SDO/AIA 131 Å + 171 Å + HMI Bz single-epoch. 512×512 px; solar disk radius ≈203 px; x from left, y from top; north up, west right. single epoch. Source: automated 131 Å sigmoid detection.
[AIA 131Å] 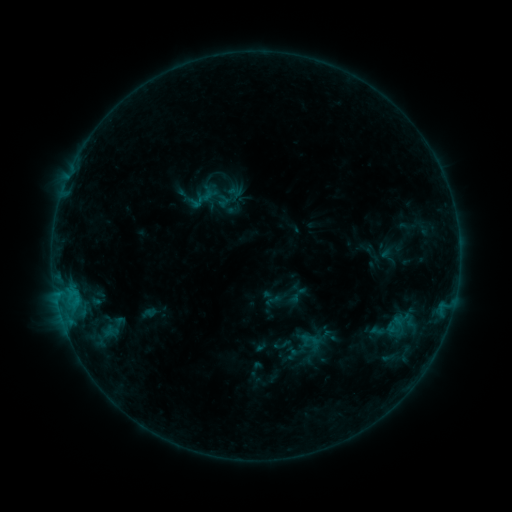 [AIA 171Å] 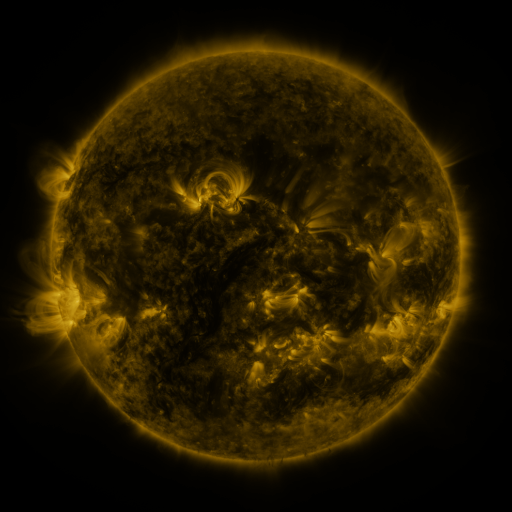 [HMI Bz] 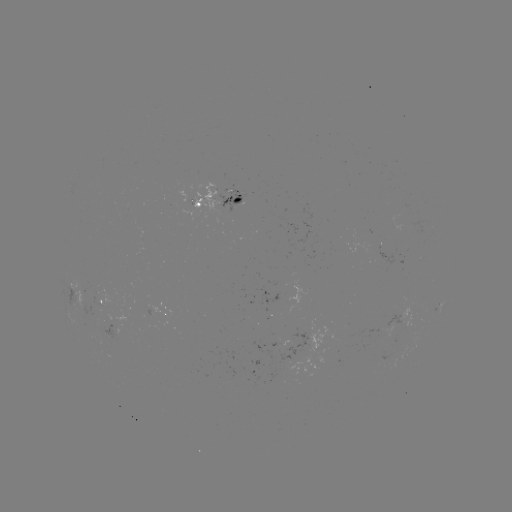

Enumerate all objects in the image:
sigmoid: (310, 340)
sigmoid: (282, 345)
